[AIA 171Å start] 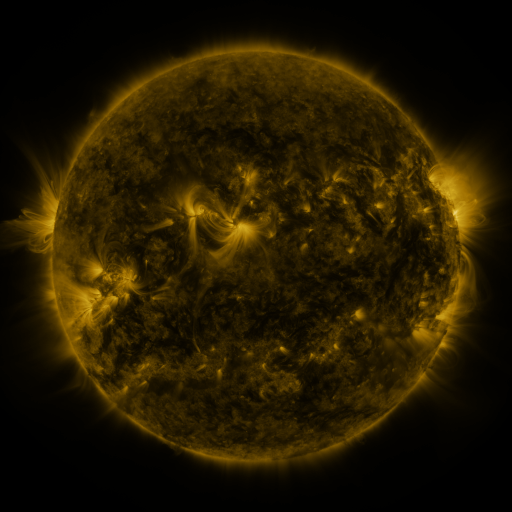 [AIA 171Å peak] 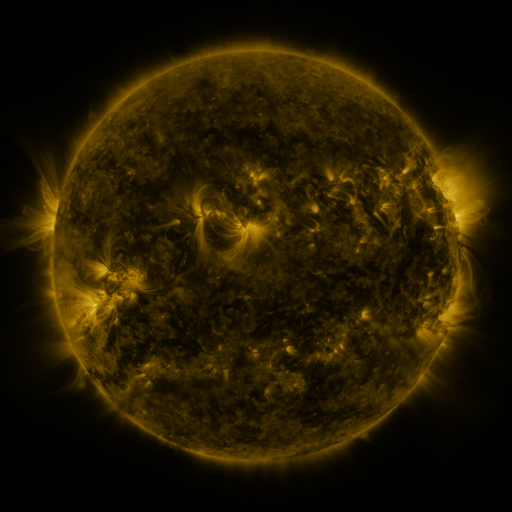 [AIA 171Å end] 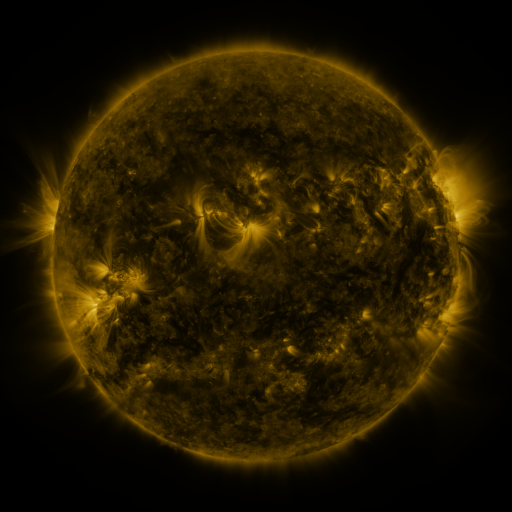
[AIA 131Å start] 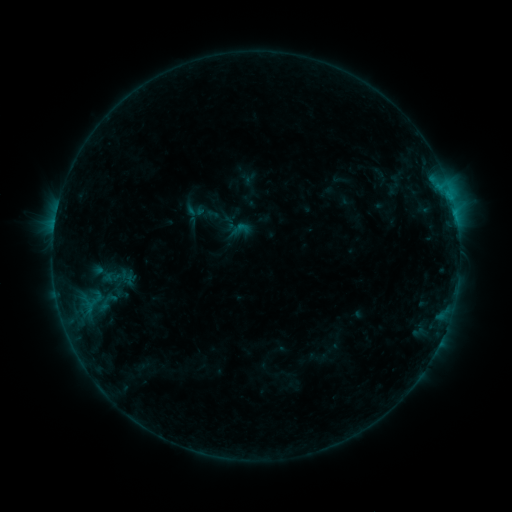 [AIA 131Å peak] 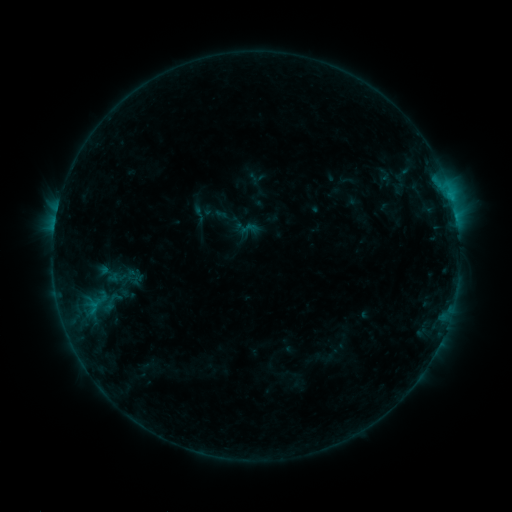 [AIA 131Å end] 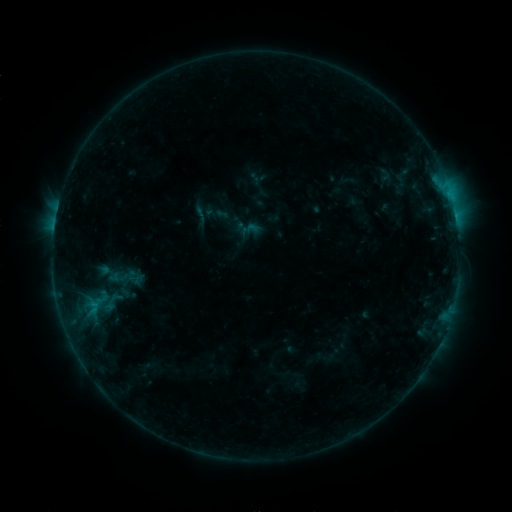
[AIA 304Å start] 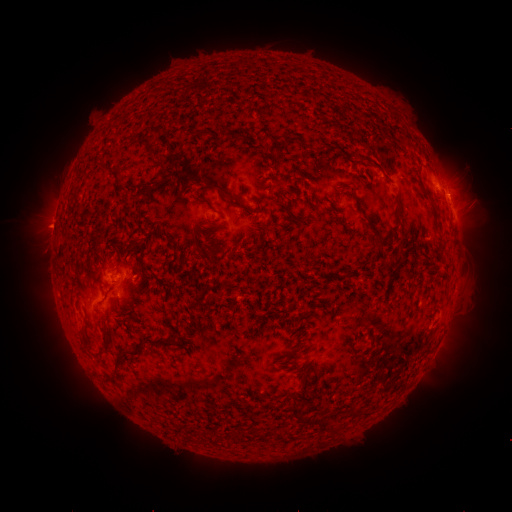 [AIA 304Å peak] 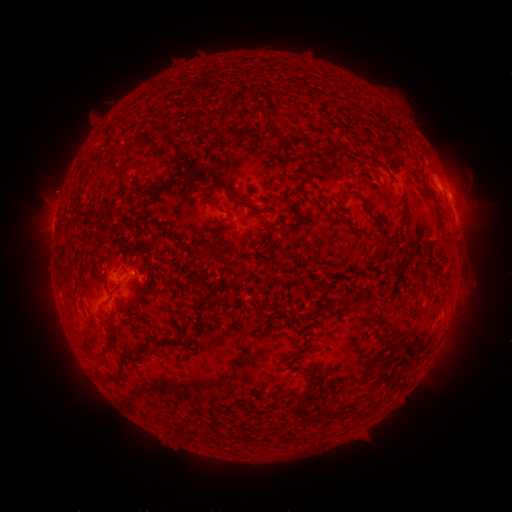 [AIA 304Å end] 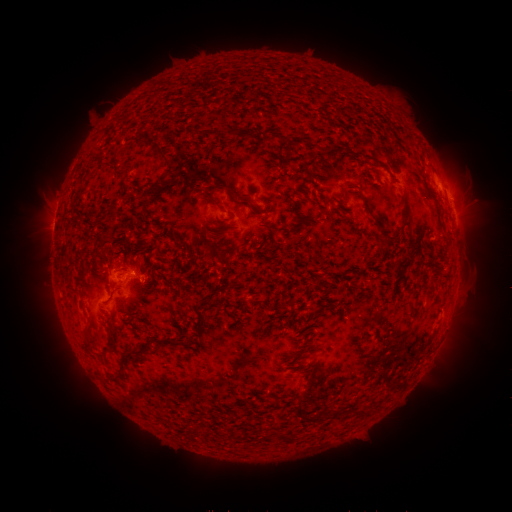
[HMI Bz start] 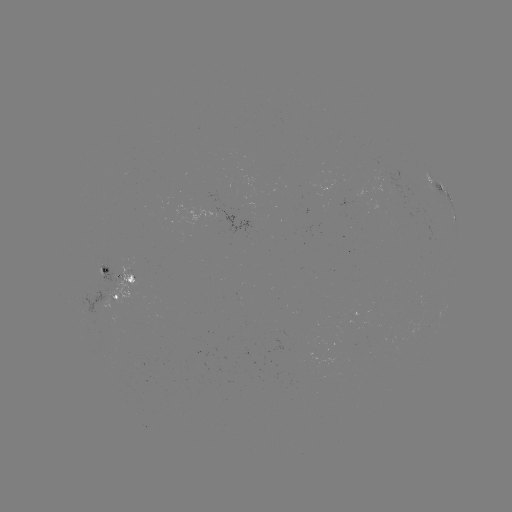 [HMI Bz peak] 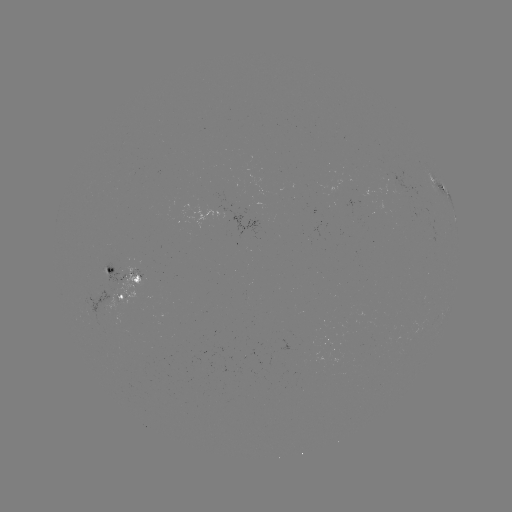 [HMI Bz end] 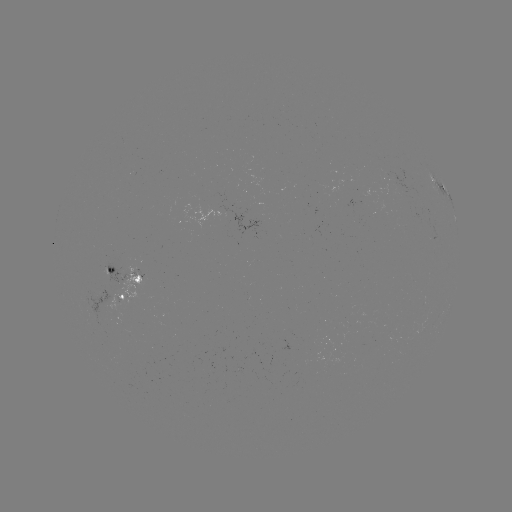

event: emerging-flux region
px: (120, 303)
